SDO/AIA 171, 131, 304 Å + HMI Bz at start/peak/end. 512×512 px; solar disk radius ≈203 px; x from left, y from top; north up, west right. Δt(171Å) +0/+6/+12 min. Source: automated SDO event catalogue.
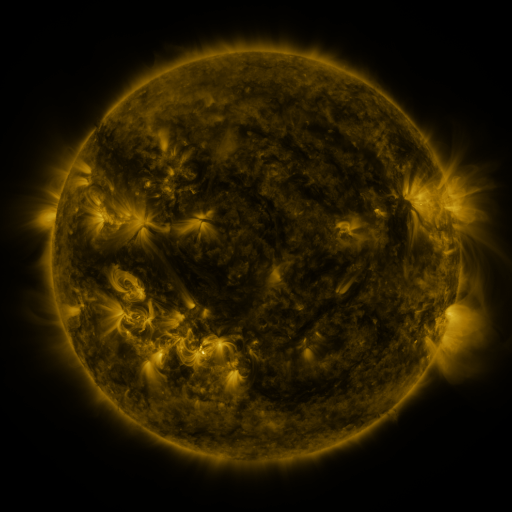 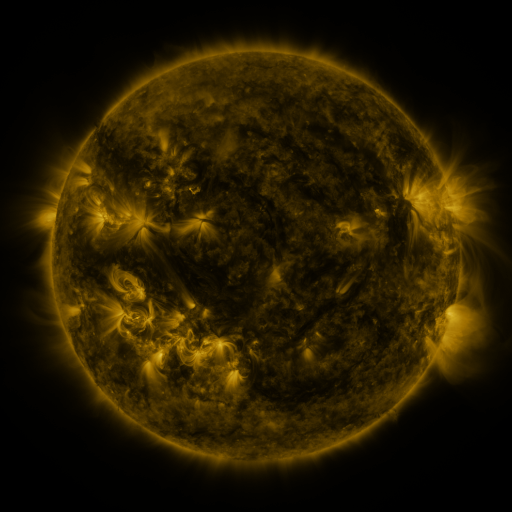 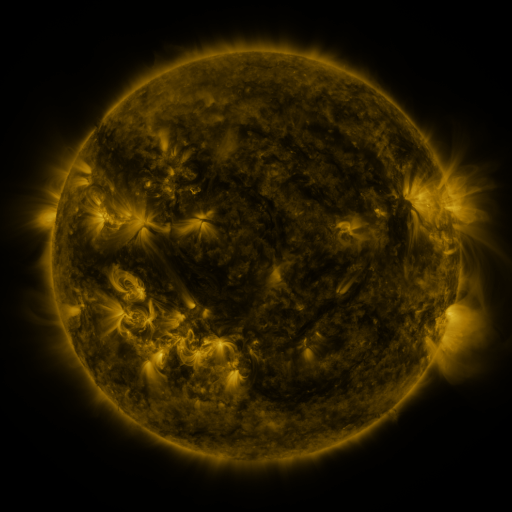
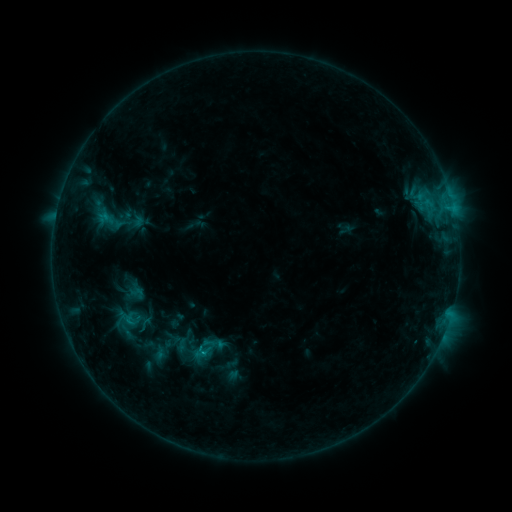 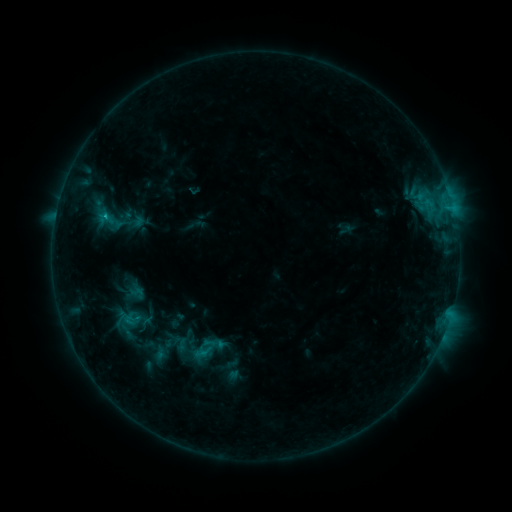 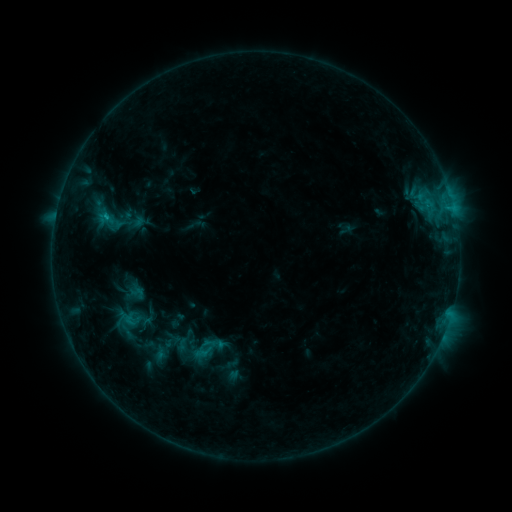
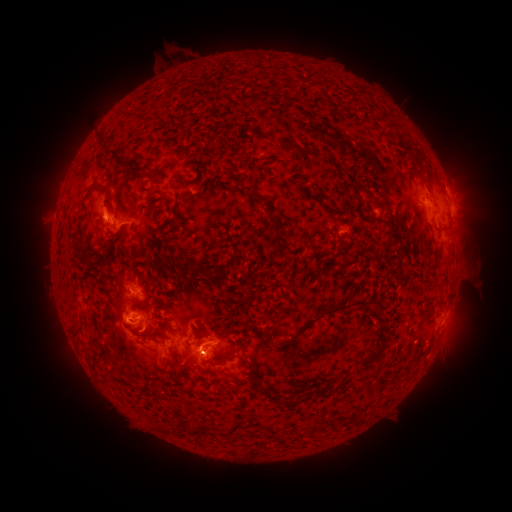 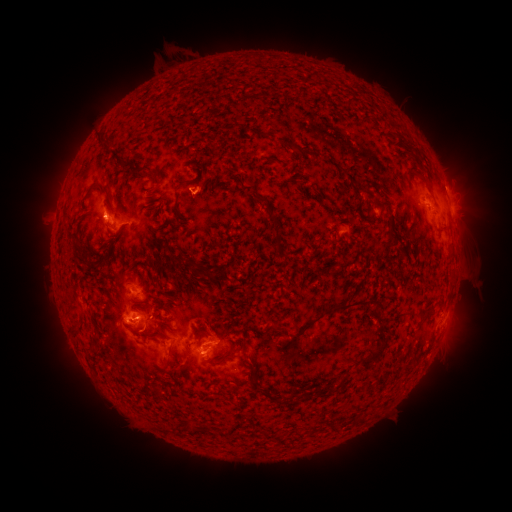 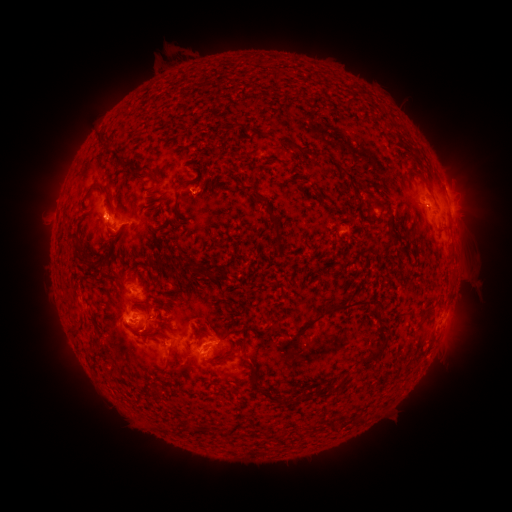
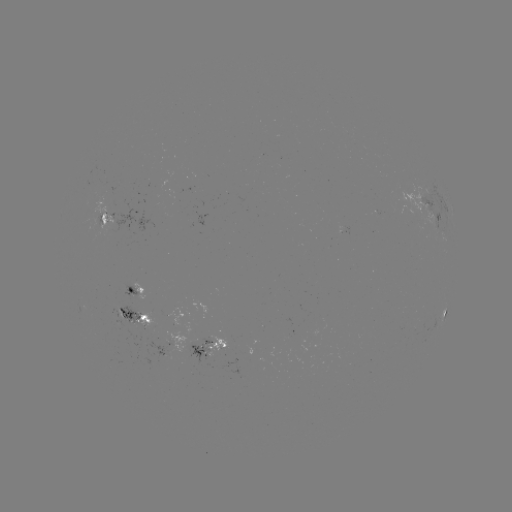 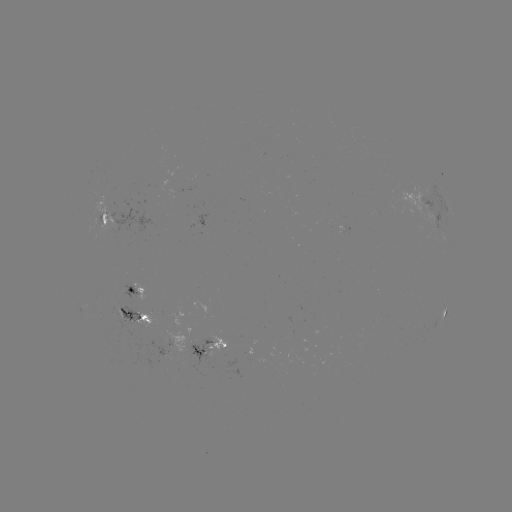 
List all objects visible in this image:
C1.0 flare: (107, 218)
